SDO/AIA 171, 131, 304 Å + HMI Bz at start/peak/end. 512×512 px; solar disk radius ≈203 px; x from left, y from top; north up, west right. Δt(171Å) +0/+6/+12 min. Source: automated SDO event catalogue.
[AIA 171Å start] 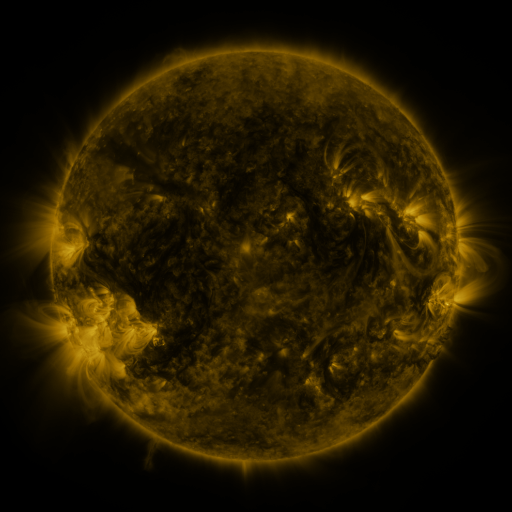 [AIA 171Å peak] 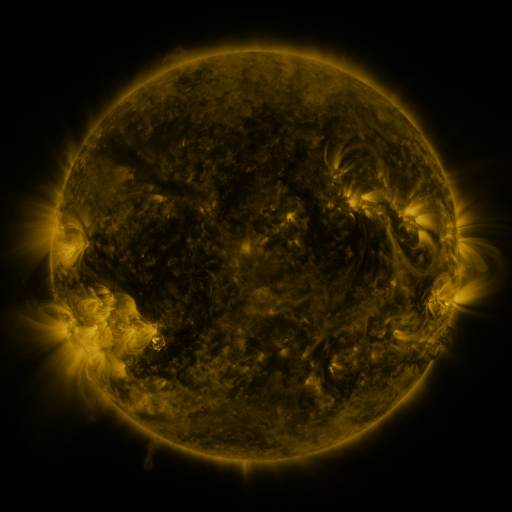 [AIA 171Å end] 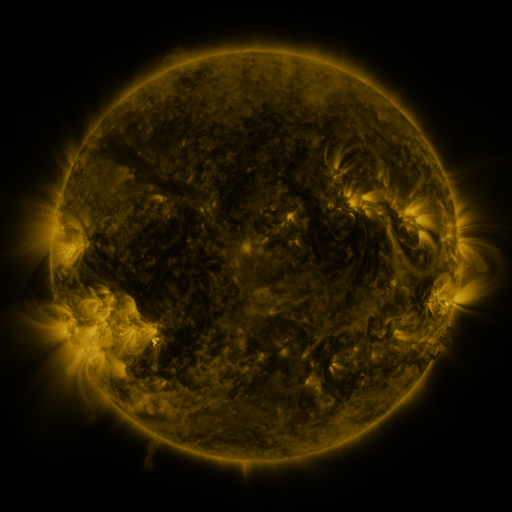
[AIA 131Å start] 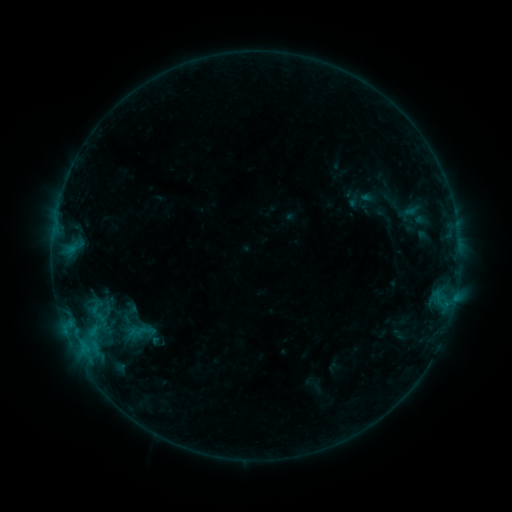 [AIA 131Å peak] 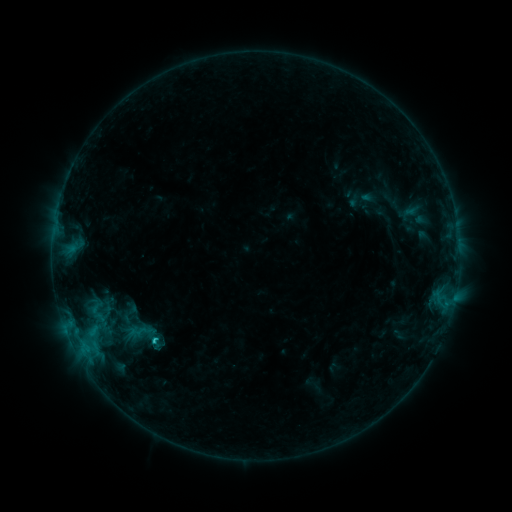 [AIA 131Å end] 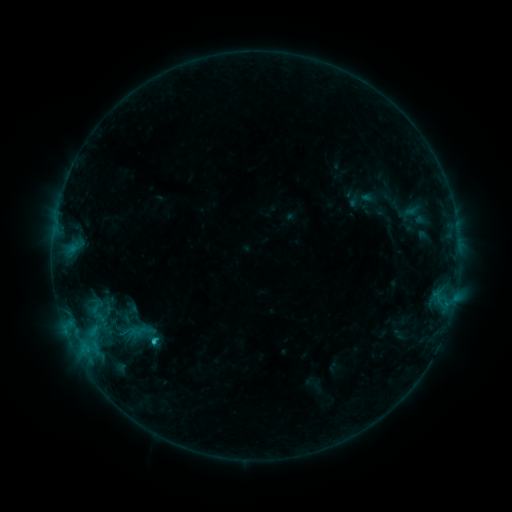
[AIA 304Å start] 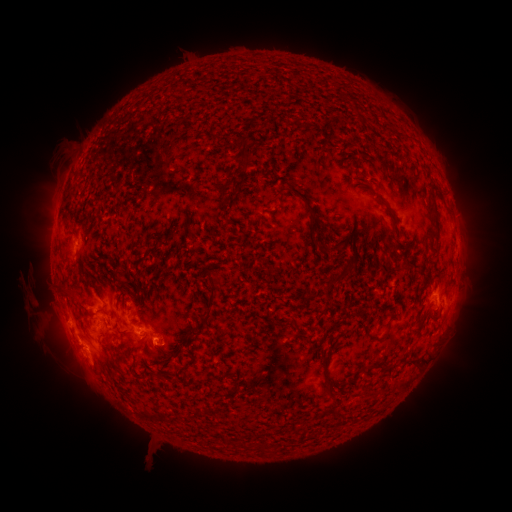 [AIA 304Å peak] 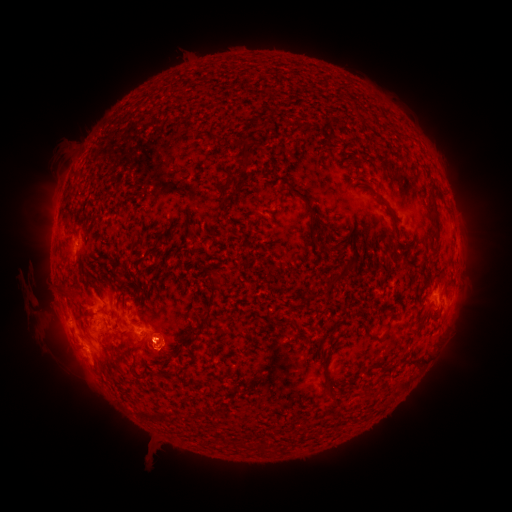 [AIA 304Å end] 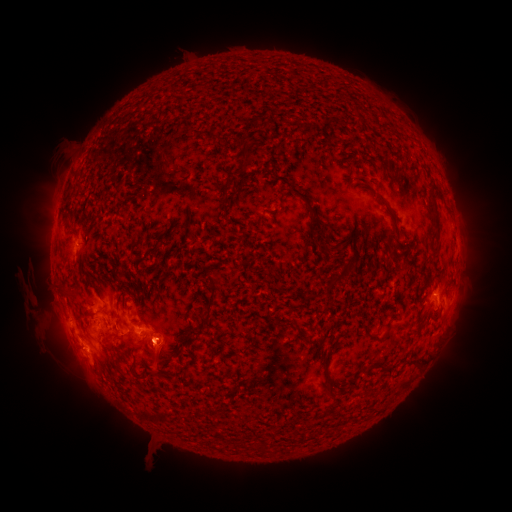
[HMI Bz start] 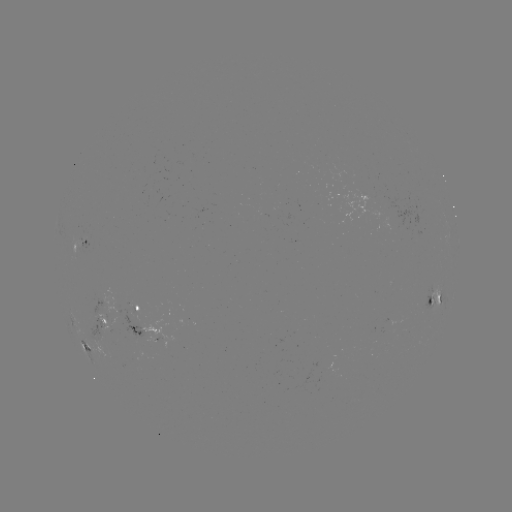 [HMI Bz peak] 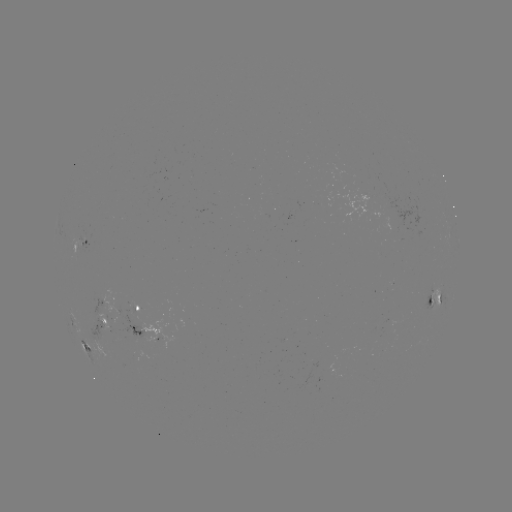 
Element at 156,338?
C1.0 flare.